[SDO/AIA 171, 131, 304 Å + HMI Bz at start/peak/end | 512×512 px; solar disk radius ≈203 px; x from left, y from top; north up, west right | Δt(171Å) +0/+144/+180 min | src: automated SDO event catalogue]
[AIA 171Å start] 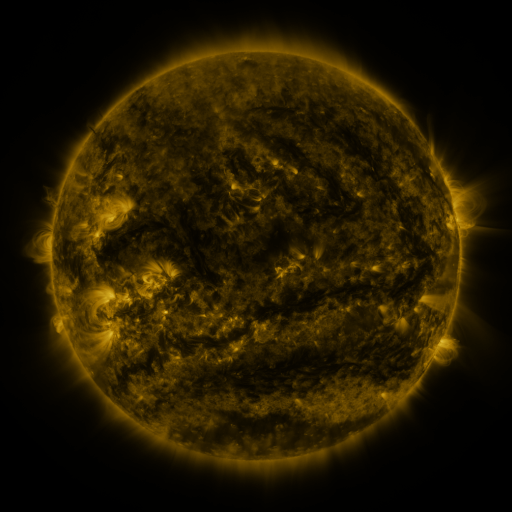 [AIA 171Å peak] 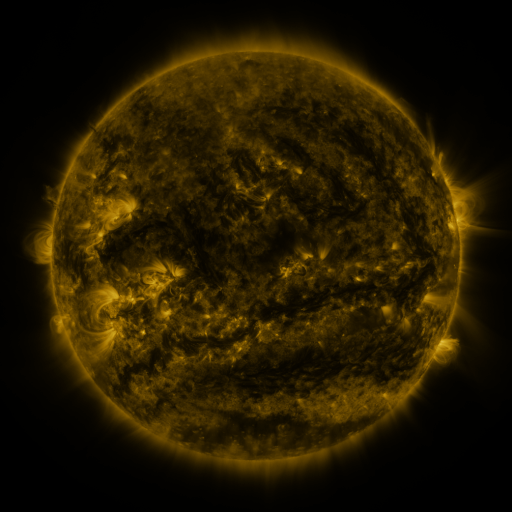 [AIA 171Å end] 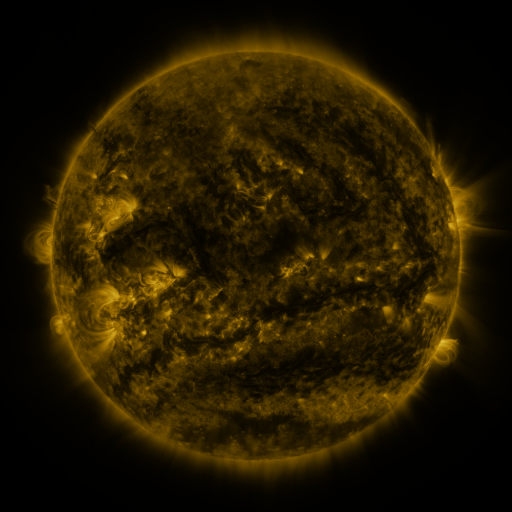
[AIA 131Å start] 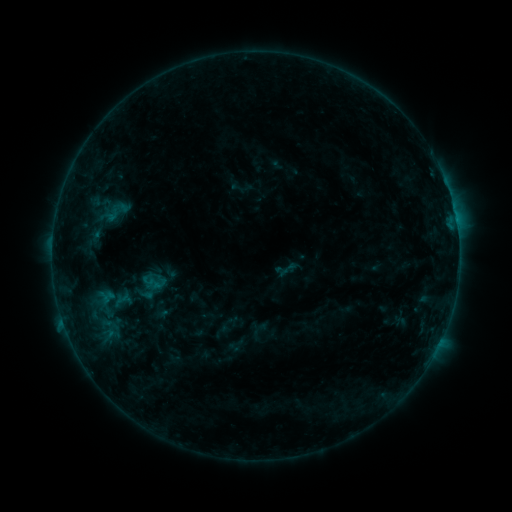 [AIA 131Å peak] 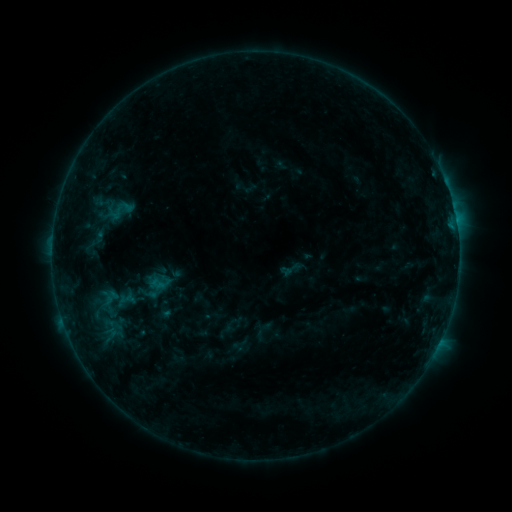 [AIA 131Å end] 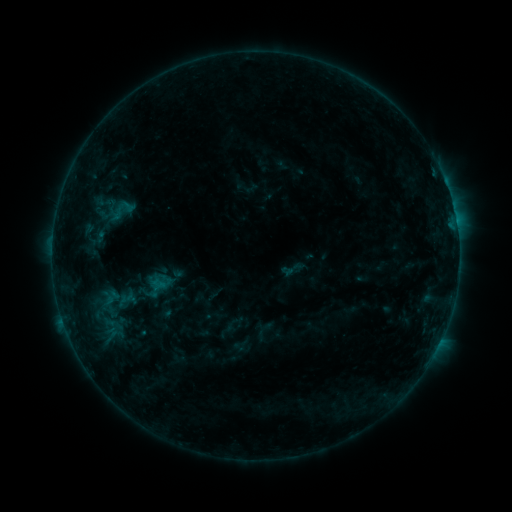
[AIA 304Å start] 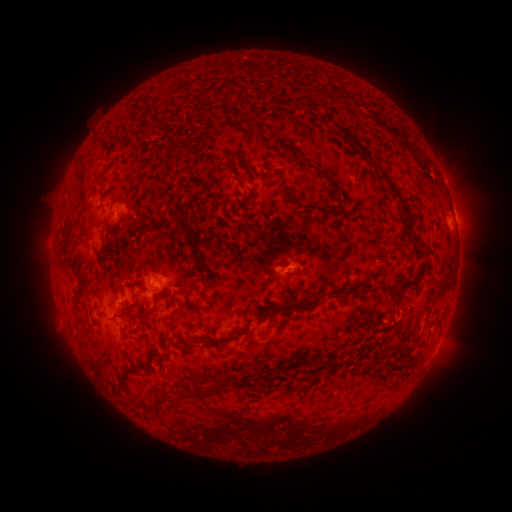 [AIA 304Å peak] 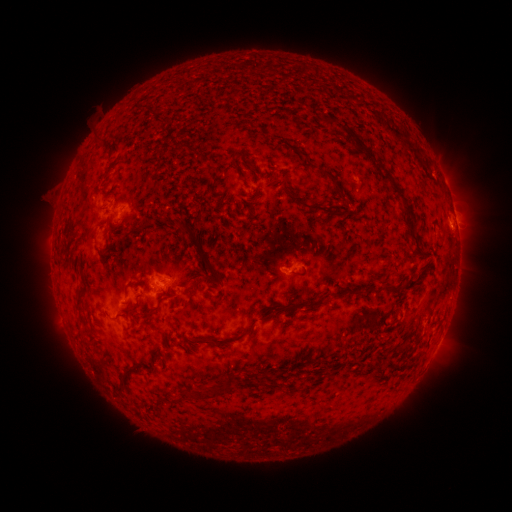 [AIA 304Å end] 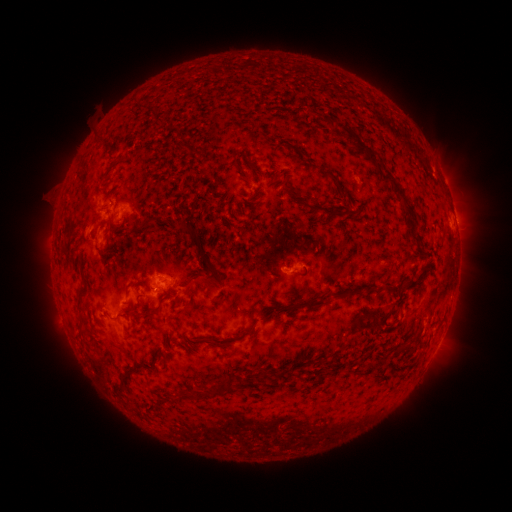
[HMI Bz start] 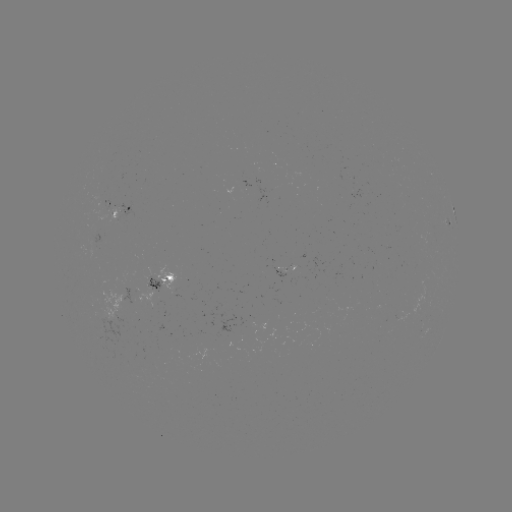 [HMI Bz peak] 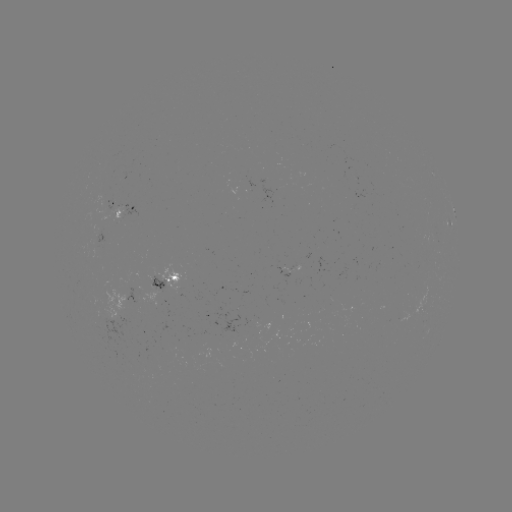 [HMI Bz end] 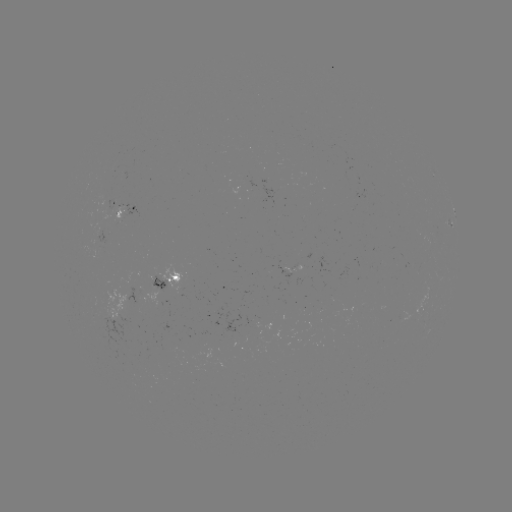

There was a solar emerging-flux region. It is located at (358, 193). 